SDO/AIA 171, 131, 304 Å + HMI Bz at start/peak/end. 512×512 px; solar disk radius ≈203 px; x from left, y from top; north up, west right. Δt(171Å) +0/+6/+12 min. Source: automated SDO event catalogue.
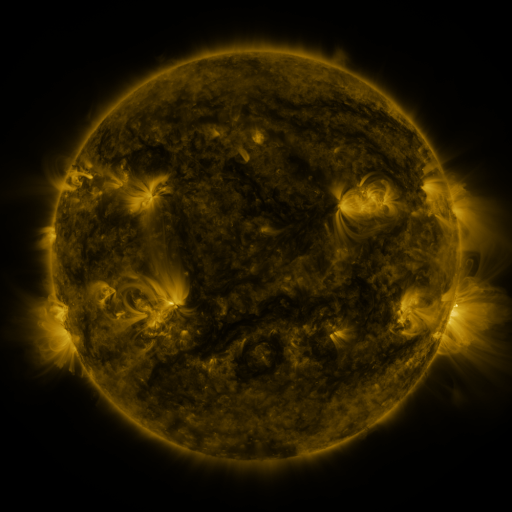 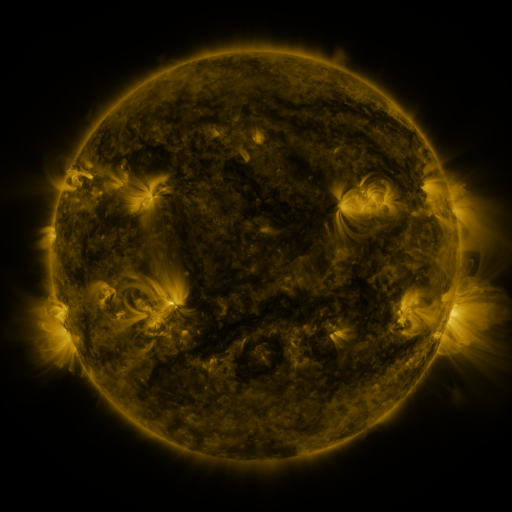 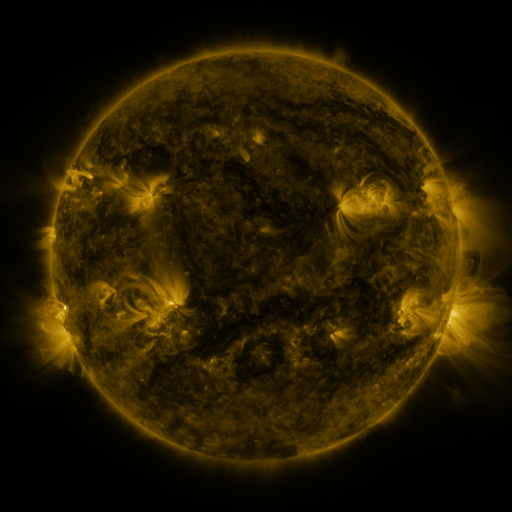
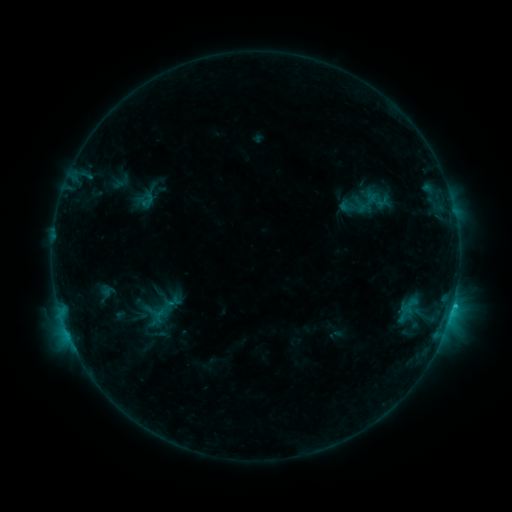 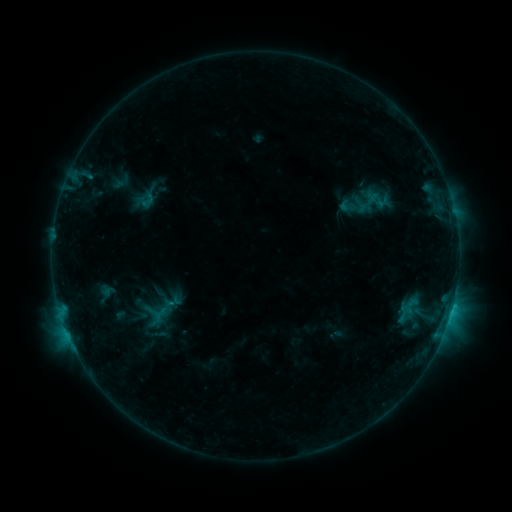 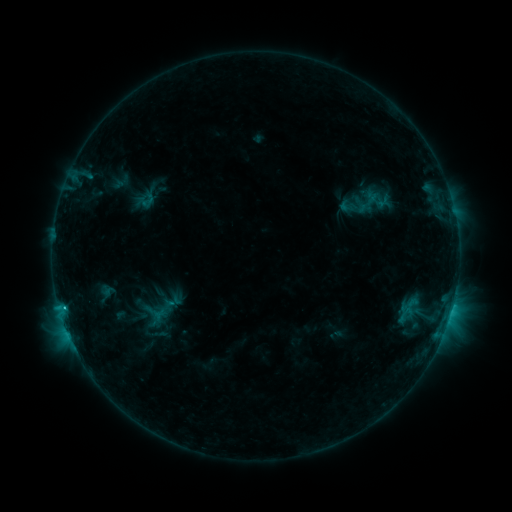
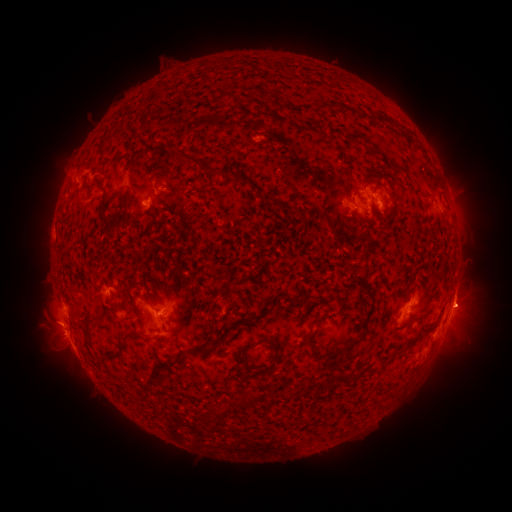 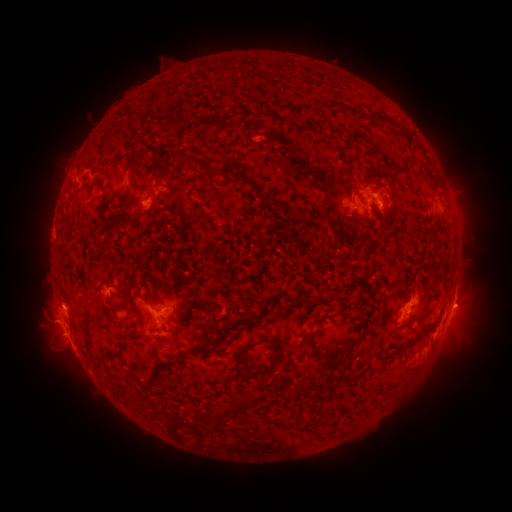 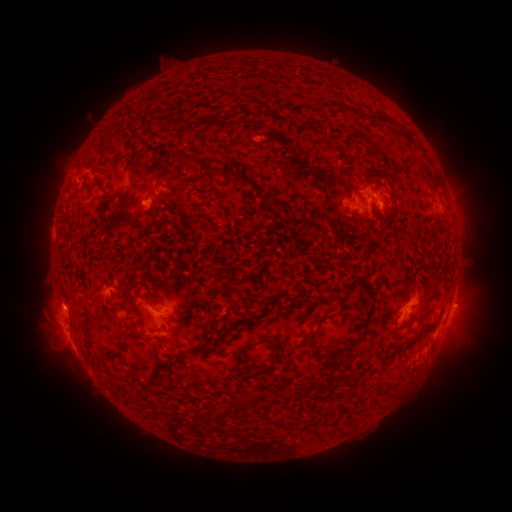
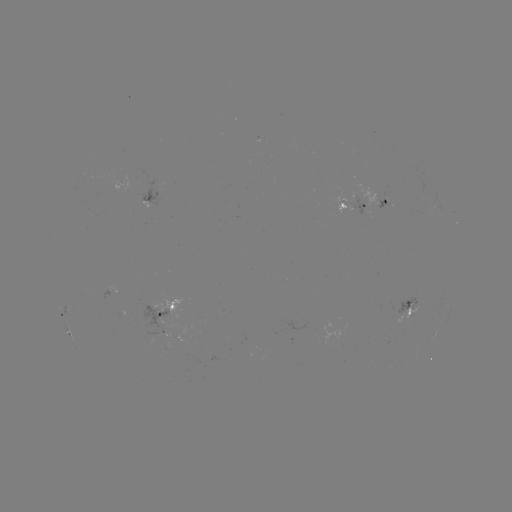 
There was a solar flare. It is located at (63, 305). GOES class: C1.5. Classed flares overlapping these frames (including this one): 1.